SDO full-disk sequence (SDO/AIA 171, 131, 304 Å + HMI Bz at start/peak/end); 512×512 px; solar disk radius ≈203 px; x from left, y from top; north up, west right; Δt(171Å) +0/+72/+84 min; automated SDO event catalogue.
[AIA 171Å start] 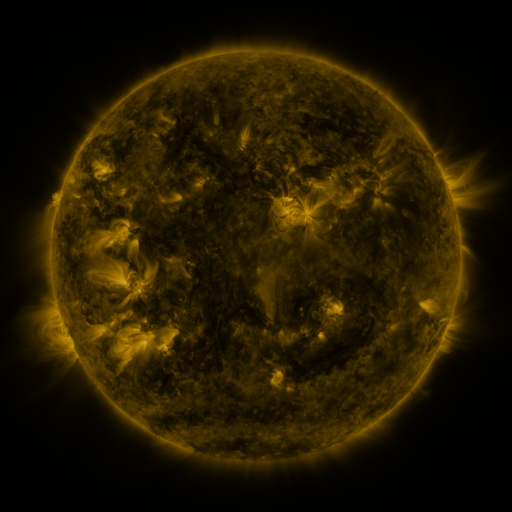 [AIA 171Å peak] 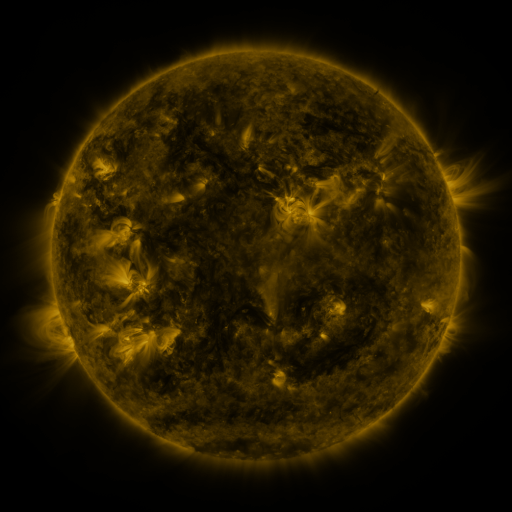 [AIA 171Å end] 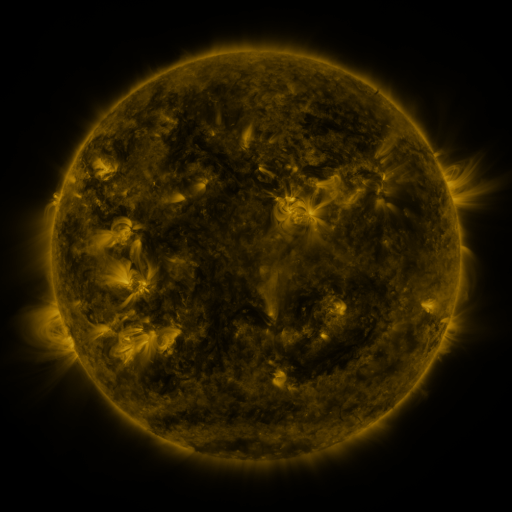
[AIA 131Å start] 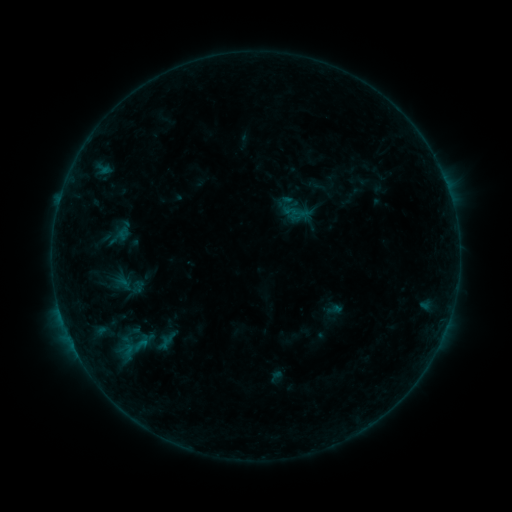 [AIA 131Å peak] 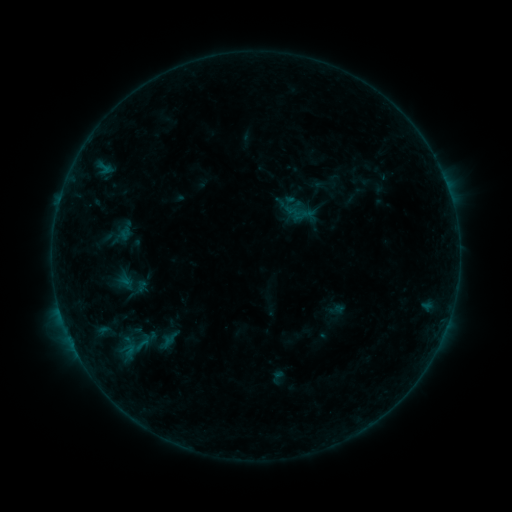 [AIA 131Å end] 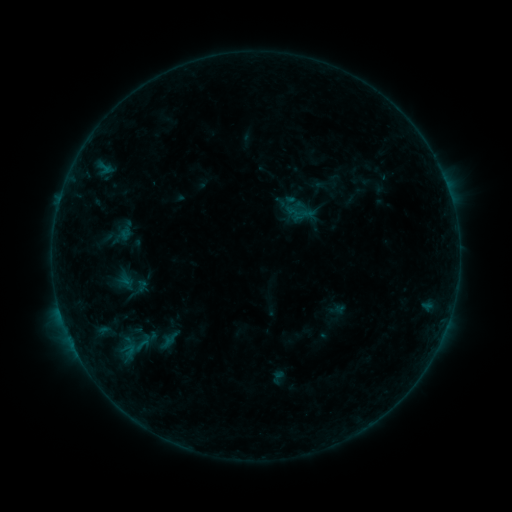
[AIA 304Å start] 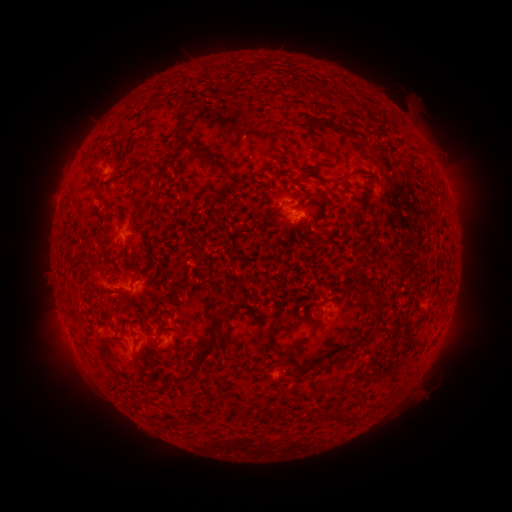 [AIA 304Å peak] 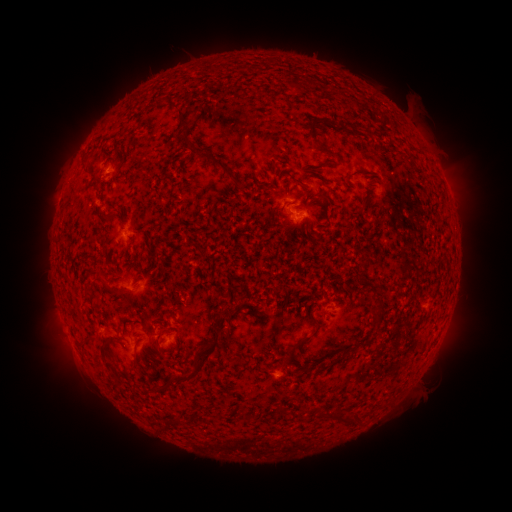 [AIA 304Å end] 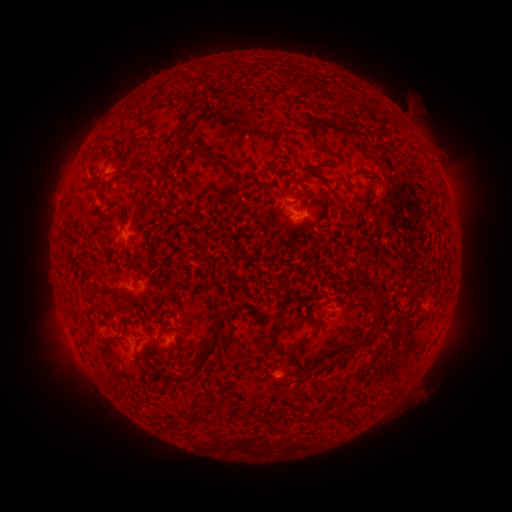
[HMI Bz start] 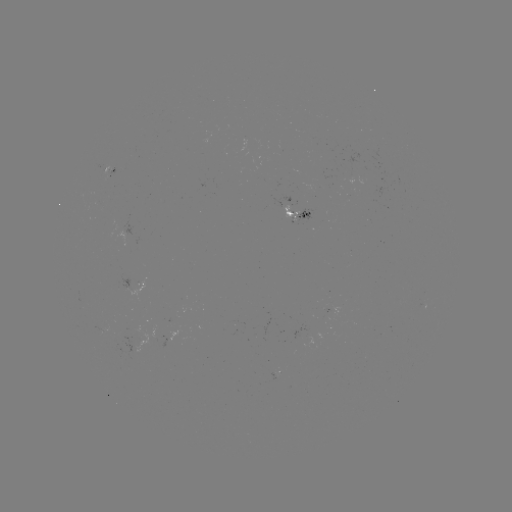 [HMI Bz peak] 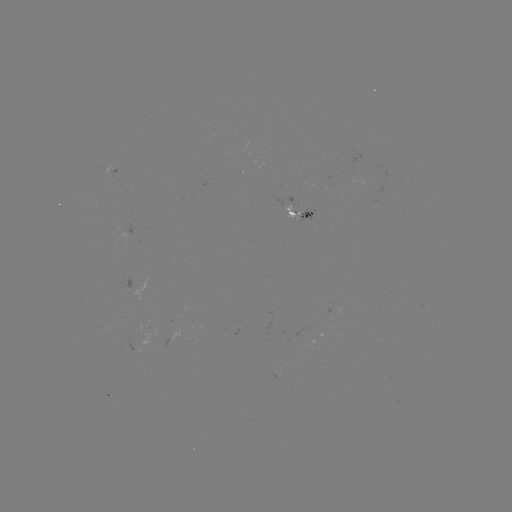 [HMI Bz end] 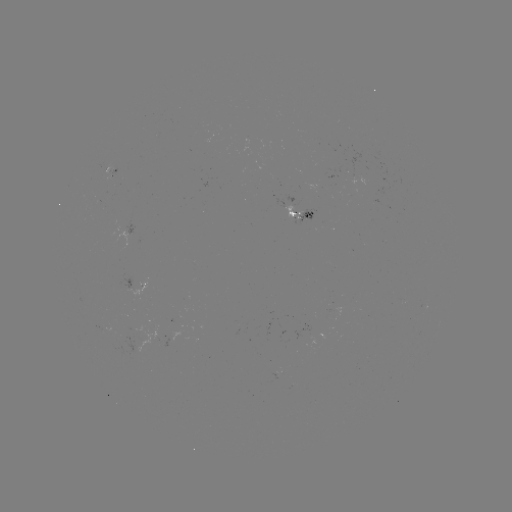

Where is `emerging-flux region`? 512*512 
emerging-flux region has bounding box [283, 205, 301, 220].